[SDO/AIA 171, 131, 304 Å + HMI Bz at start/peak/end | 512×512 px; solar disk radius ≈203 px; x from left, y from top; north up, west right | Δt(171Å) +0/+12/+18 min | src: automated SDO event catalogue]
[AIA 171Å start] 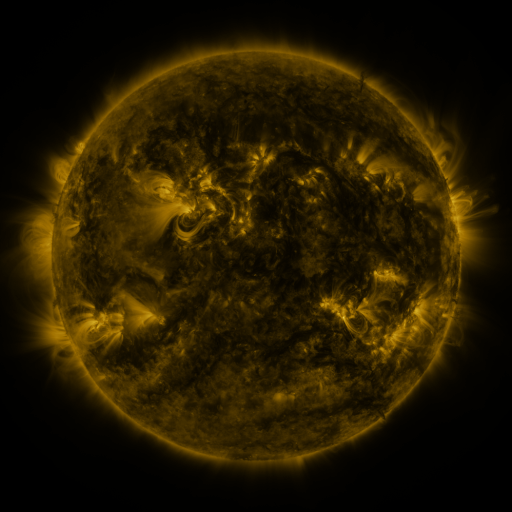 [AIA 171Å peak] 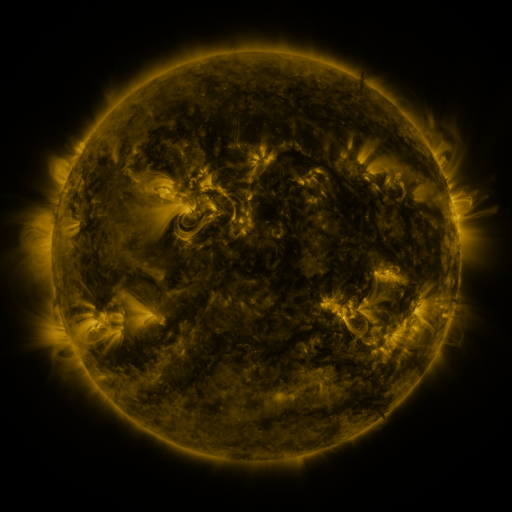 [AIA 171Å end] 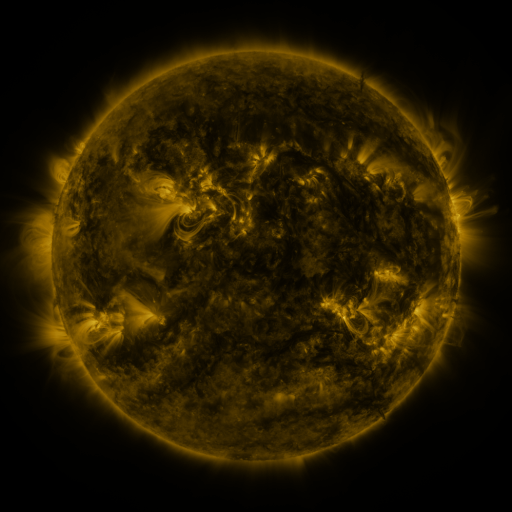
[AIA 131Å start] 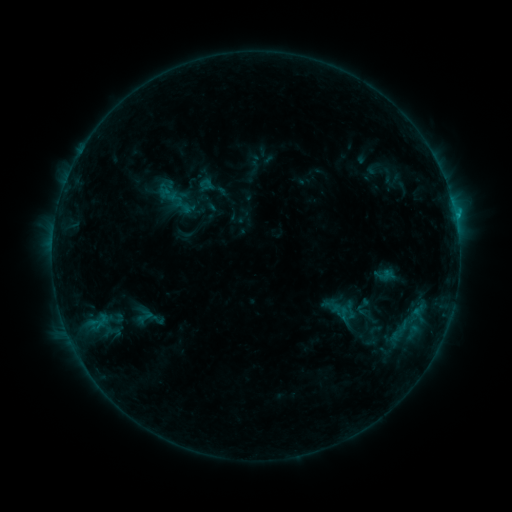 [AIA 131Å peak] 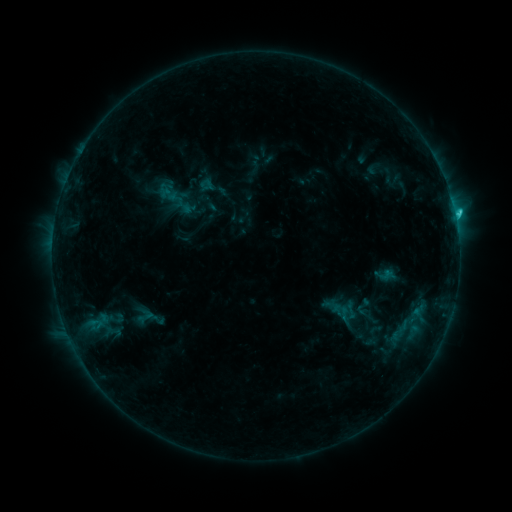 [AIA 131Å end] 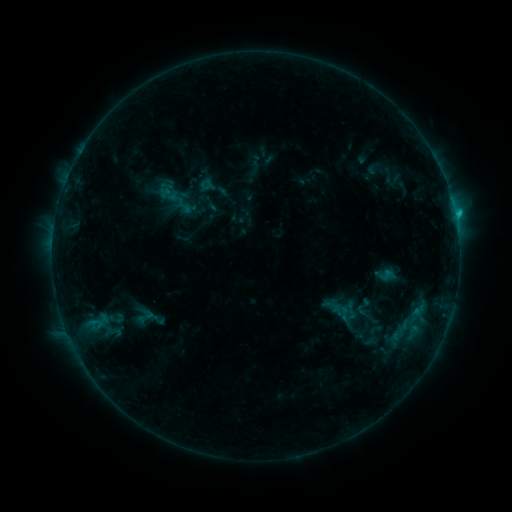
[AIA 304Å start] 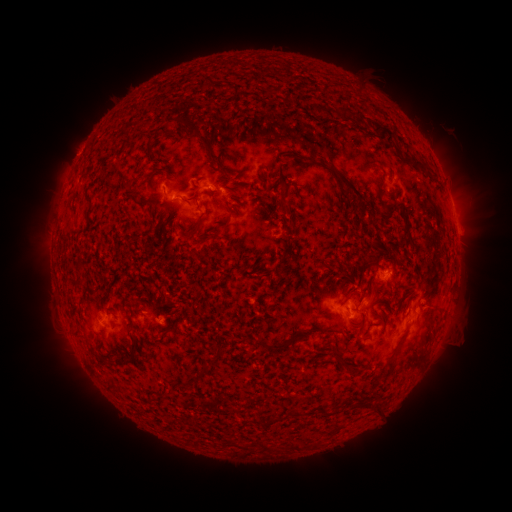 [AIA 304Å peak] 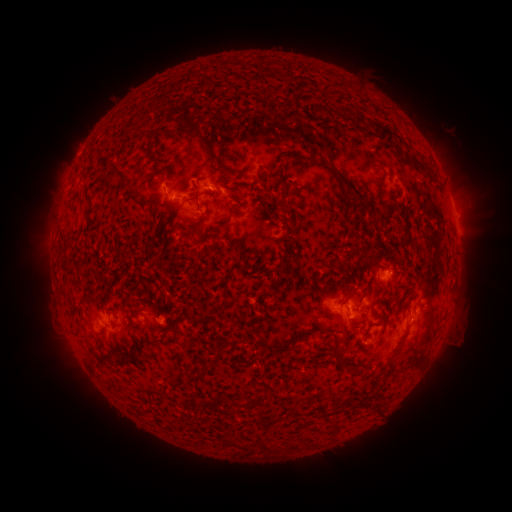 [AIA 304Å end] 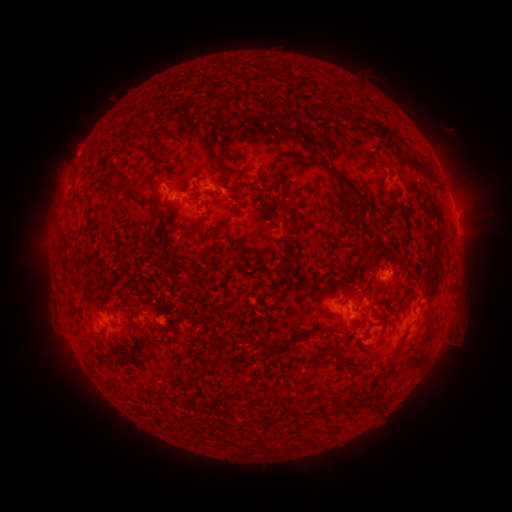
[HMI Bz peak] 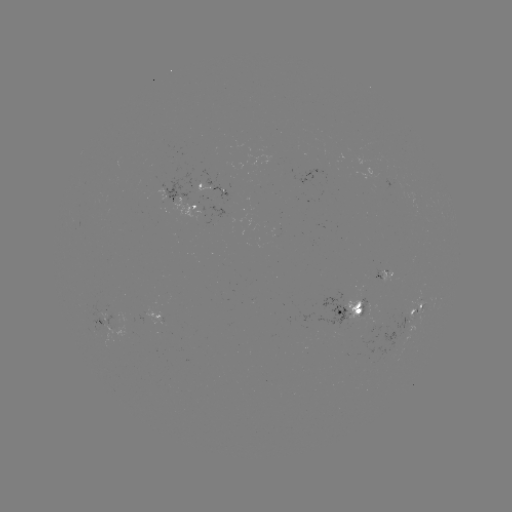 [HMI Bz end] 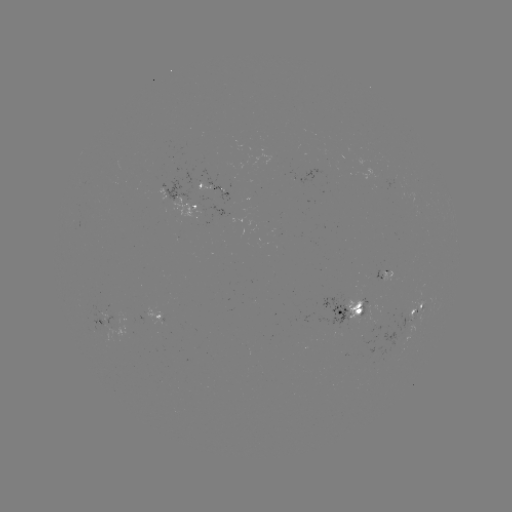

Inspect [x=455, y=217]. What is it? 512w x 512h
C1.4 flare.